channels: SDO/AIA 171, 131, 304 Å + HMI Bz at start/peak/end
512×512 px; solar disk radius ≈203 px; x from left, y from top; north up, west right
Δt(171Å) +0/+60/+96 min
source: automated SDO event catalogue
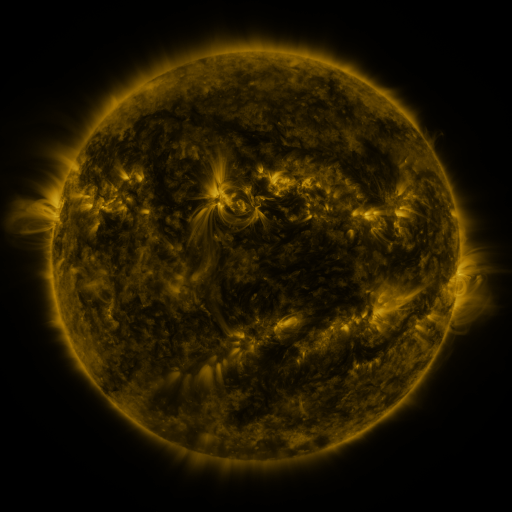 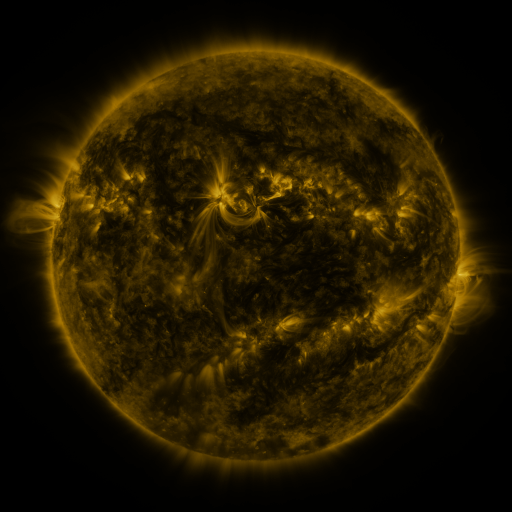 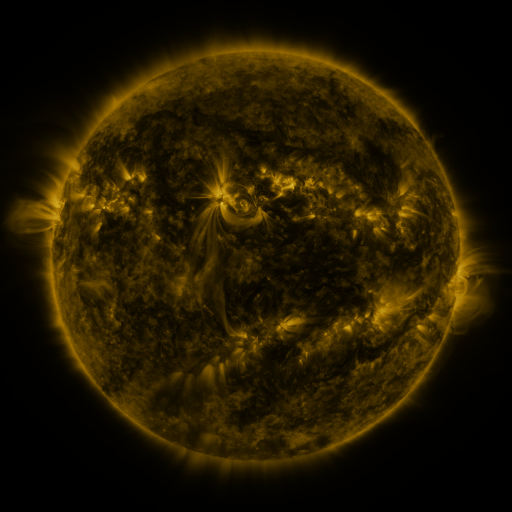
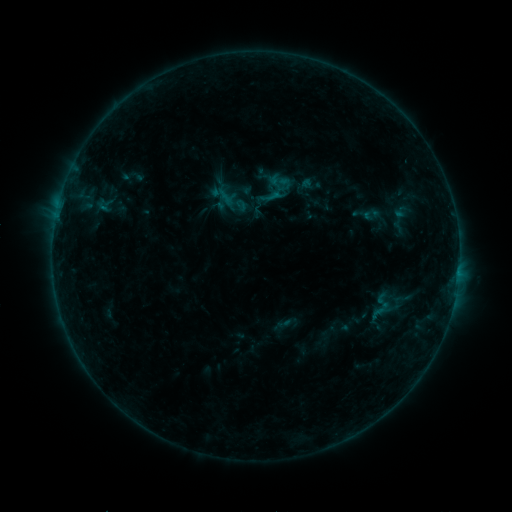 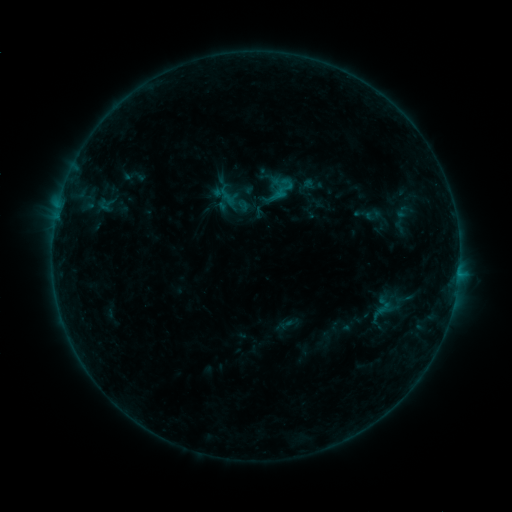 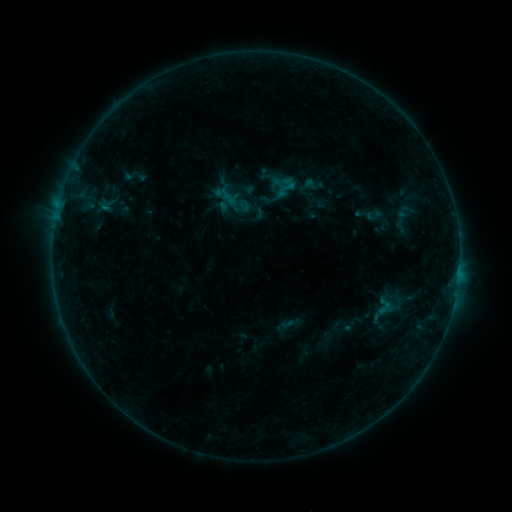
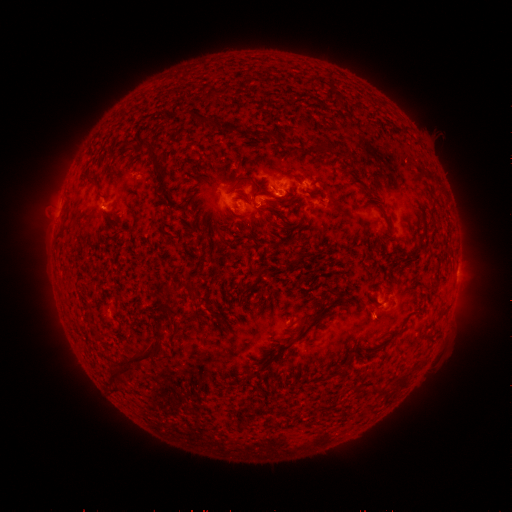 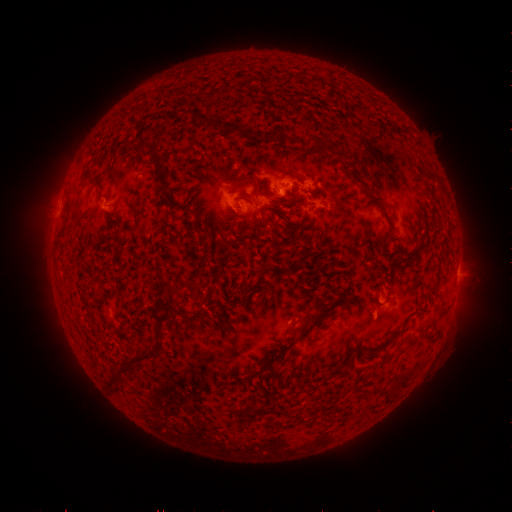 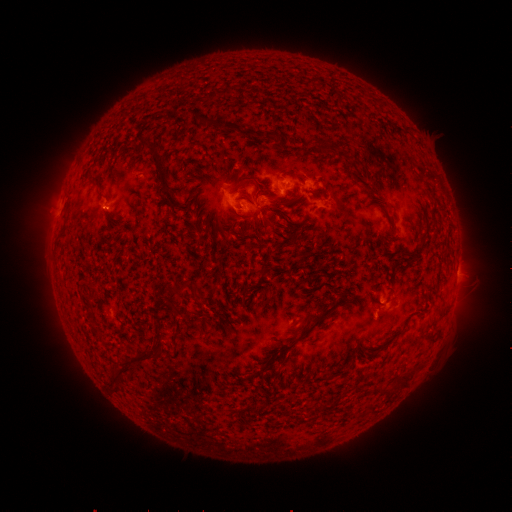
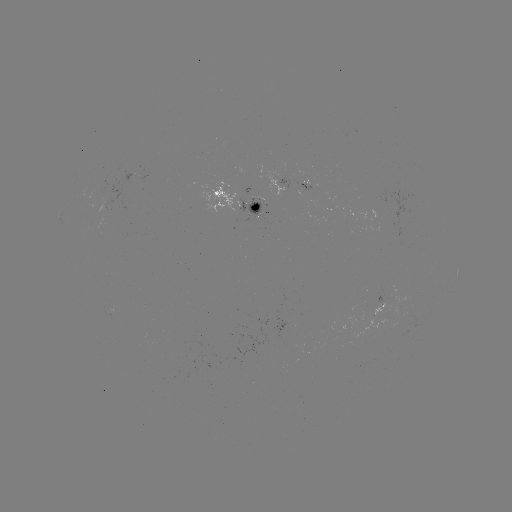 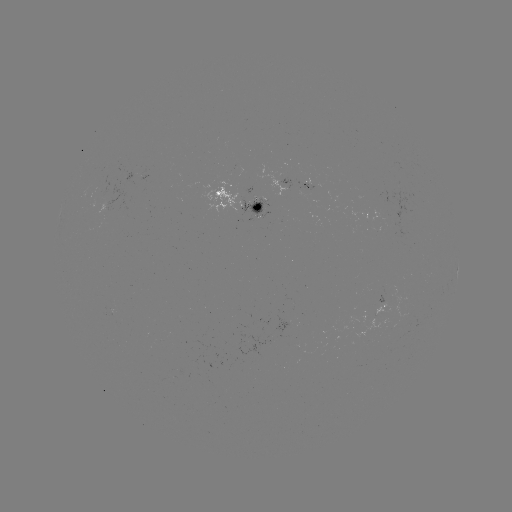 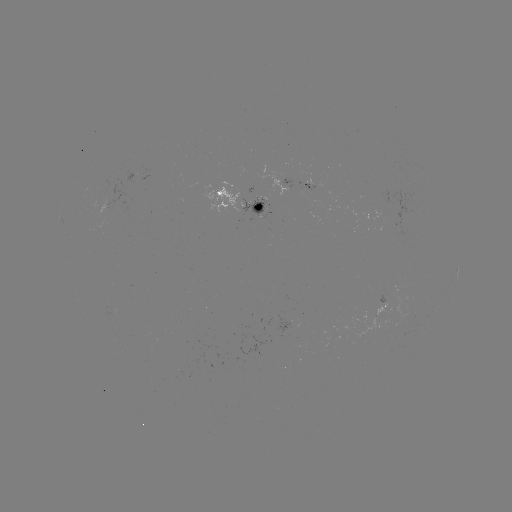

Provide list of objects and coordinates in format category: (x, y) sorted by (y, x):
emerging-flux region: (111, 311)
